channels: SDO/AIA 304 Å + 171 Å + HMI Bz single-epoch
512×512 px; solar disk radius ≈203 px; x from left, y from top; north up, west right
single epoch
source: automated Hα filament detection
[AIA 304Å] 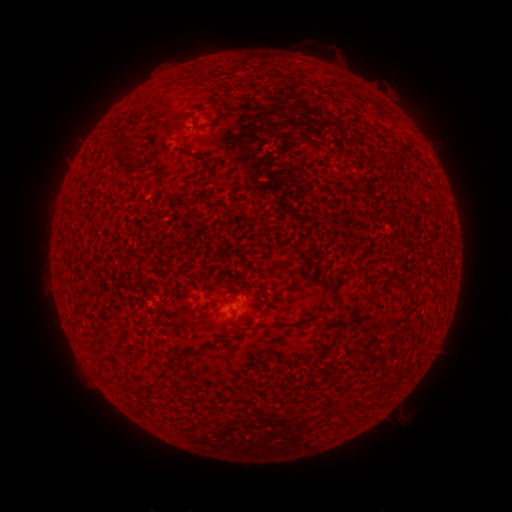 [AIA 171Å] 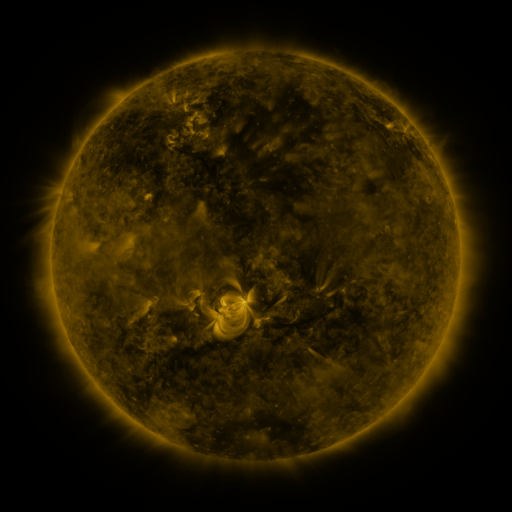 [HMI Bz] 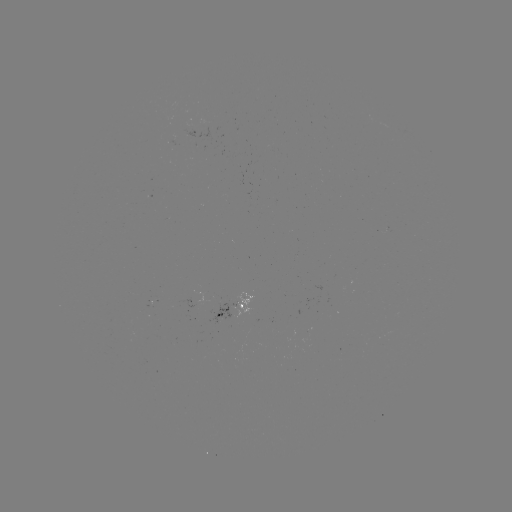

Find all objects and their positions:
filament: (125, 133)
filament: (193, 153)
filament: (126, 164)
filament: (208, 281)
filament: (119, 335)
filament: (141, 384)
